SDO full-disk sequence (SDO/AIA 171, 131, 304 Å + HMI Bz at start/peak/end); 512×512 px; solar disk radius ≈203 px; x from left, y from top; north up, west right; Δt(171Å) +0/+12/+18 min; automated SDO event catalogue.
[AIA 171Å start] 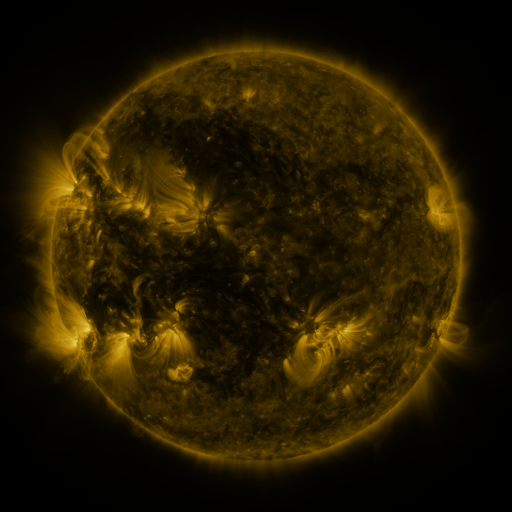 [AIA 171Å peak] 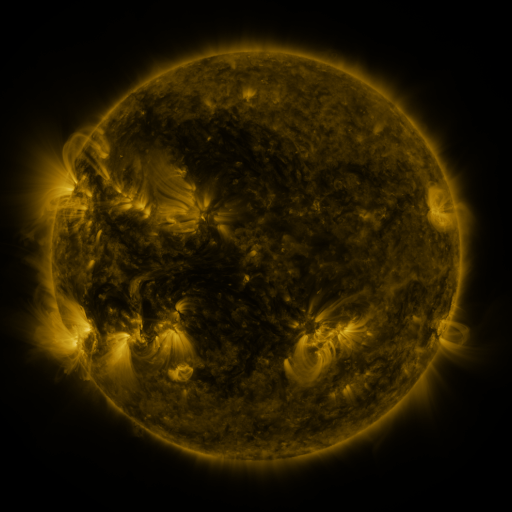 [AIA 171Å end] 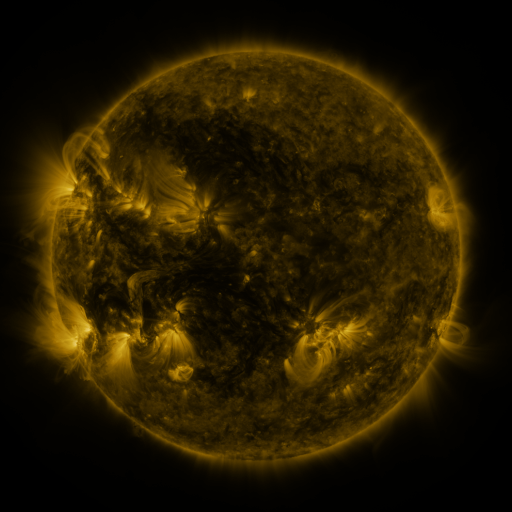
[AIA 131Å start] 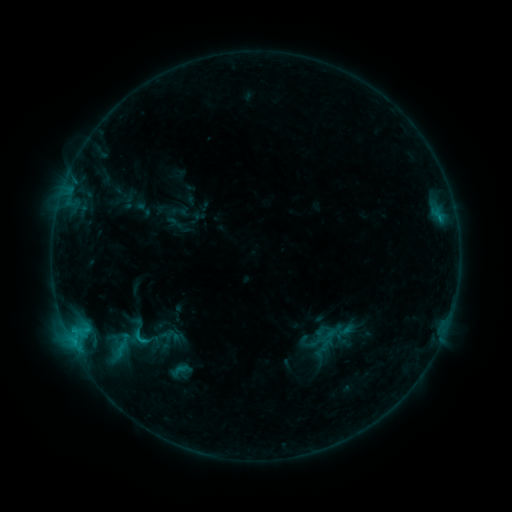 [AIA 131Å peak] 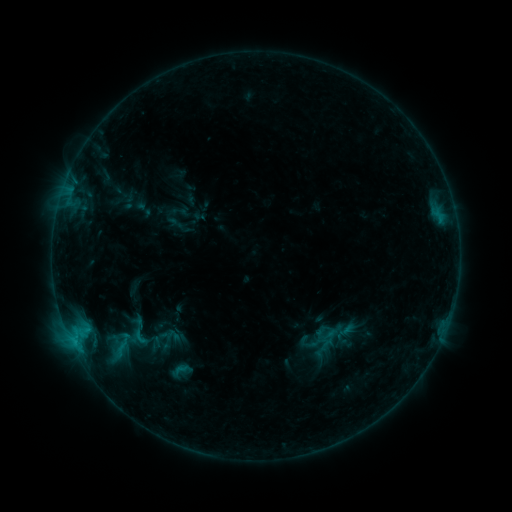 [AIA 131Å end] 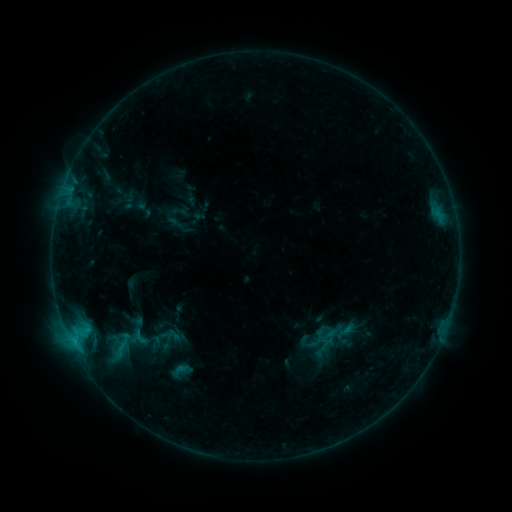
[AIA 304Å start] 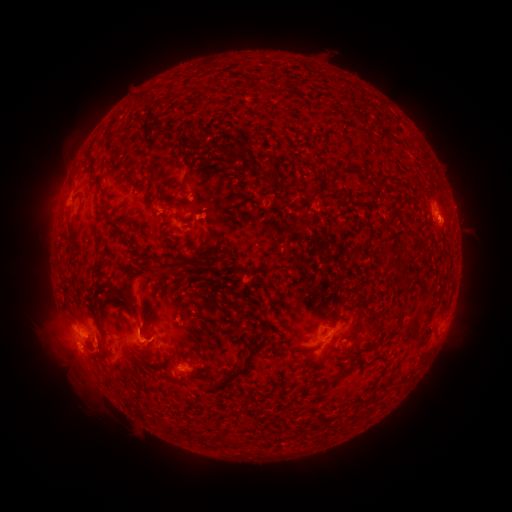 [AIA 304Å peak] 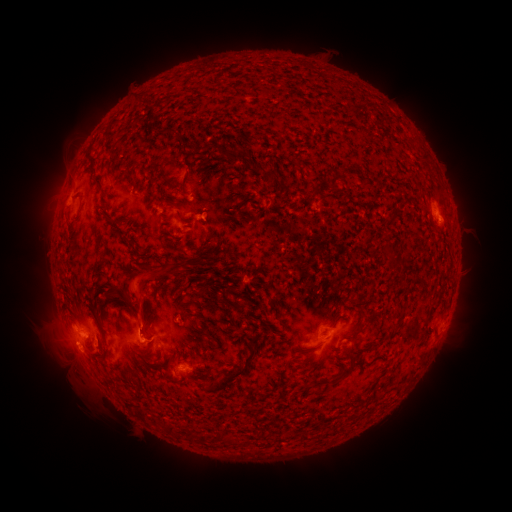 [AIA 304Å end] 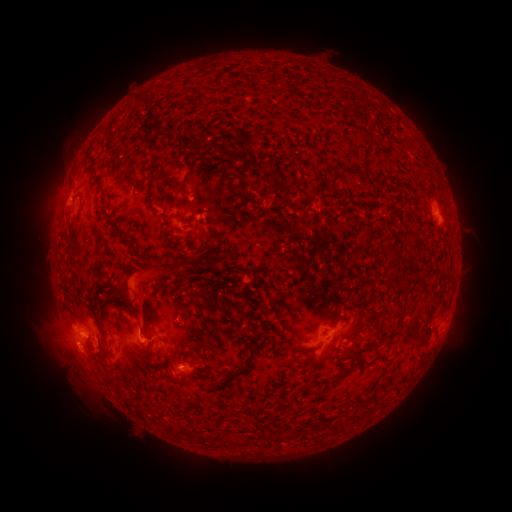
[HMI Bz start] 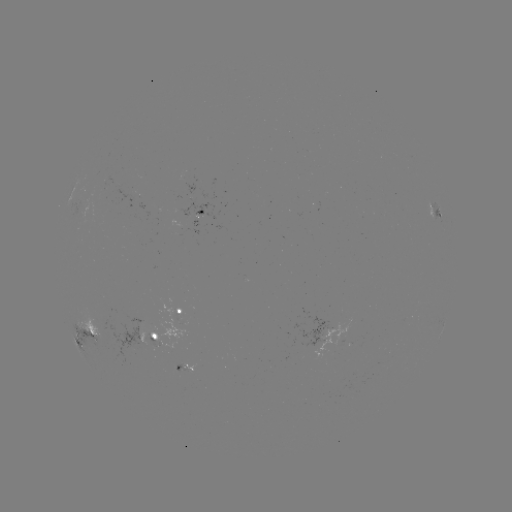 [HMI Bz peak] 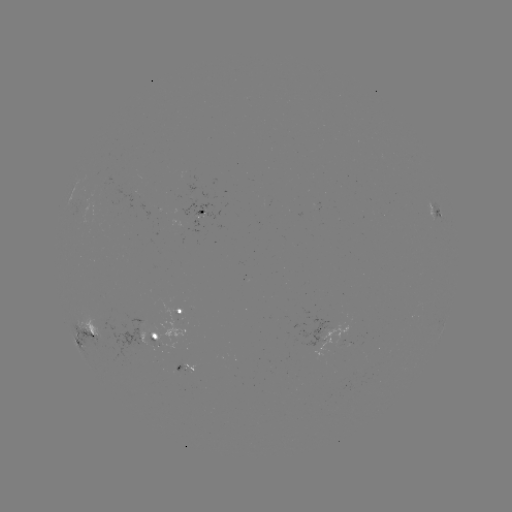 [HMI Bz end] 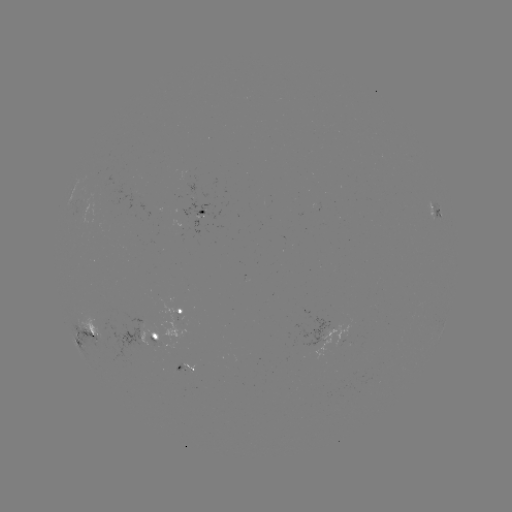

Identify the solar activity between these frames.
eruption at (136, 290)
